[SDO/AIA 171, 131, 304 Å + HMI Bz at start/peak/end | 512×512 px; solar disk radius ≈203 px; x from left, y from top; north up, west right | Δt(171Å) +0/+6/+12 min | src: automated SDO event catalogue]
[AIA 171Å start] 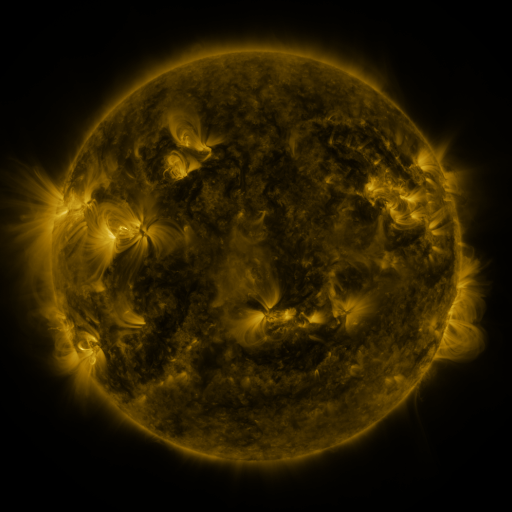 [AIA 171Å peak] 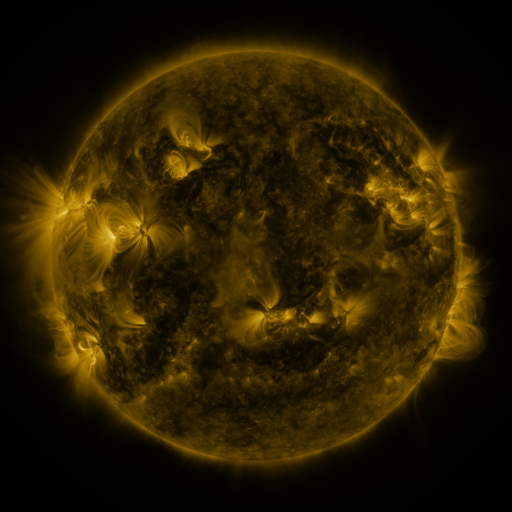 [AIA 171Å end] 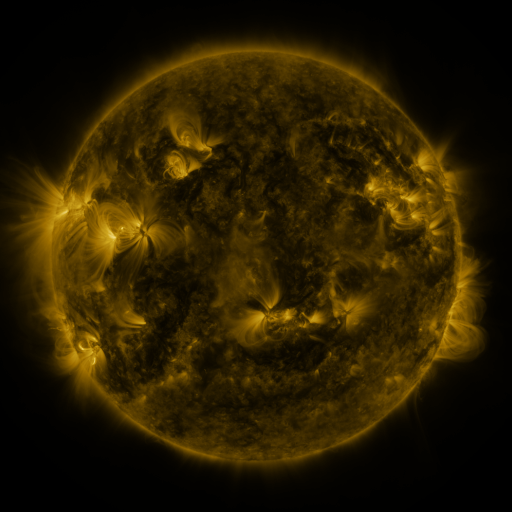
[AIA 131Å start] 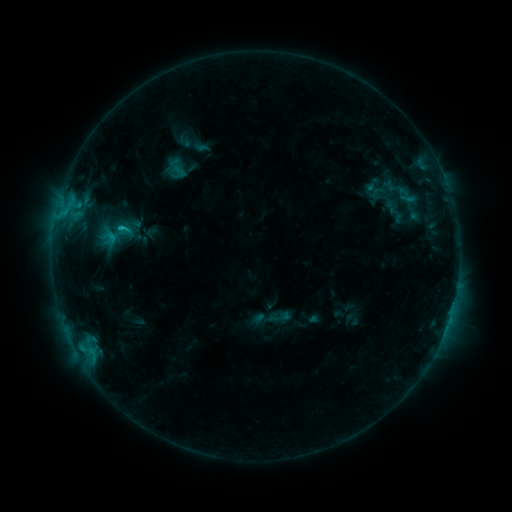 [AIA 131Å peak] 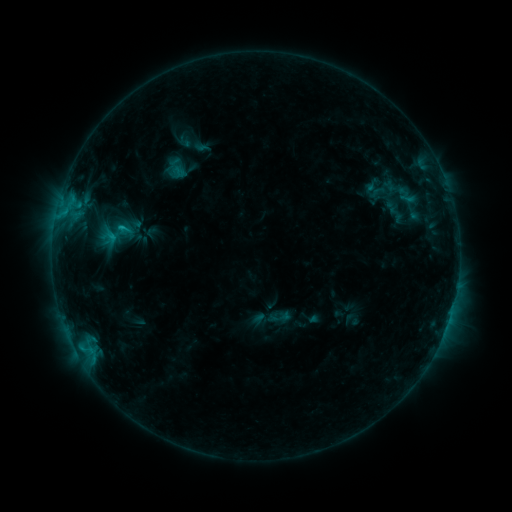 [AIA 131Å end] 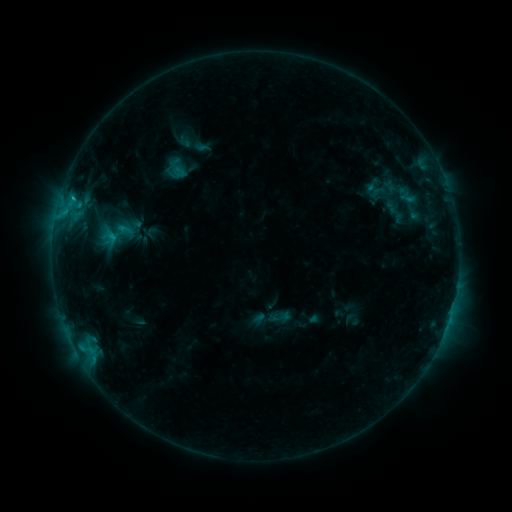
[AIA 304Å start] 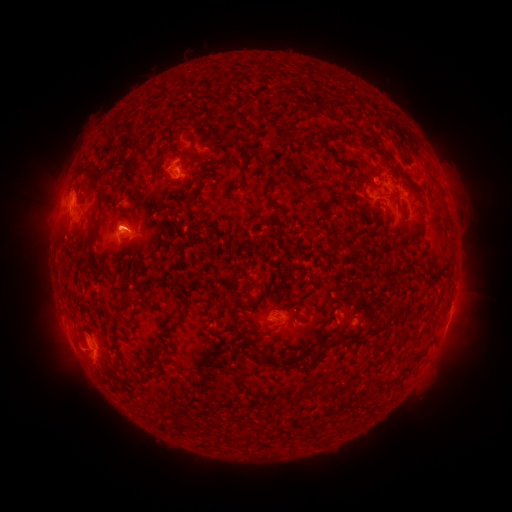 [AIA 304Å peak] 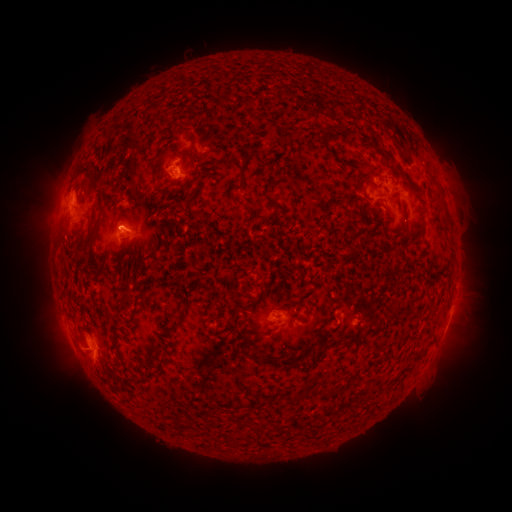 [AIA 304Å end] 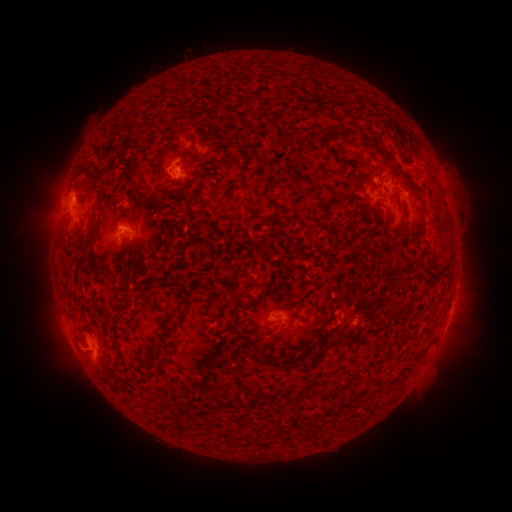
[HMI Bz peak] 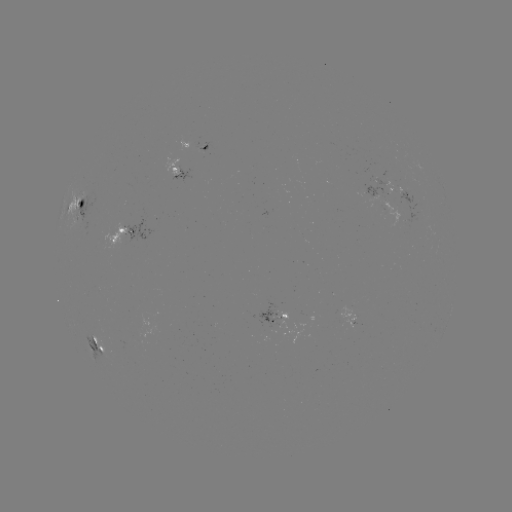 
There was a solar flare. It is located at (75, 199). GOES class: C1.3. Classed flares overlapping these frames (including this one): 2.